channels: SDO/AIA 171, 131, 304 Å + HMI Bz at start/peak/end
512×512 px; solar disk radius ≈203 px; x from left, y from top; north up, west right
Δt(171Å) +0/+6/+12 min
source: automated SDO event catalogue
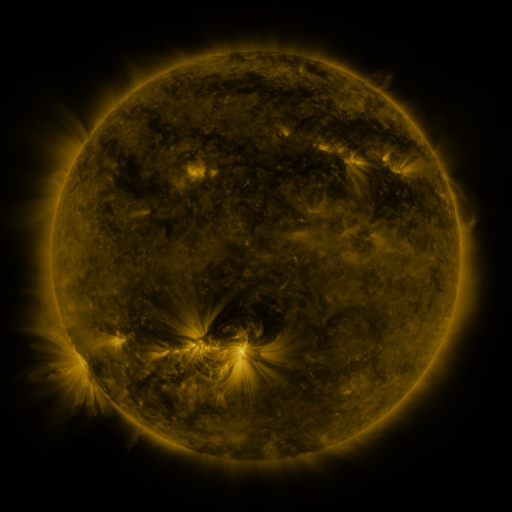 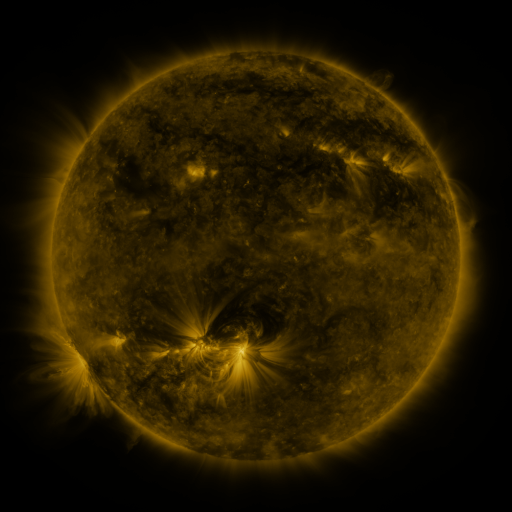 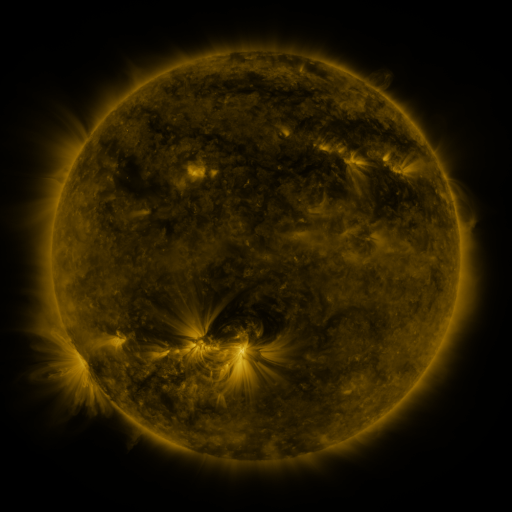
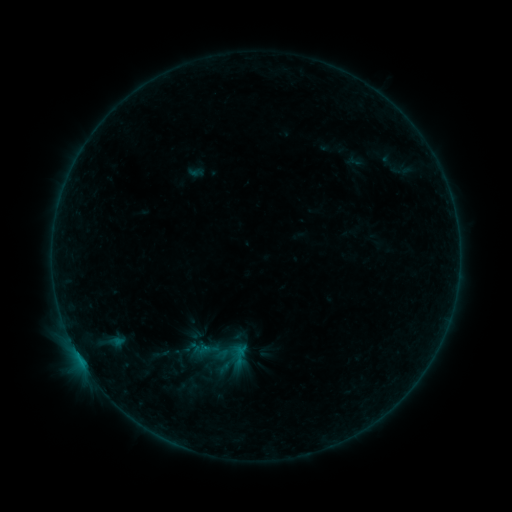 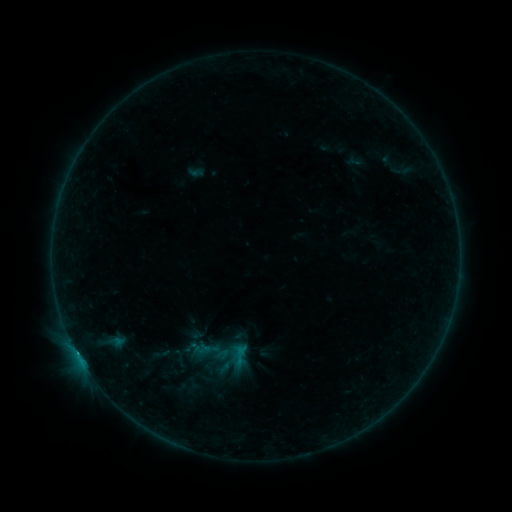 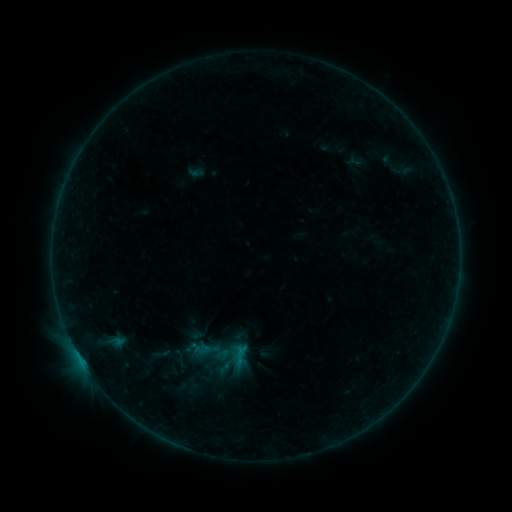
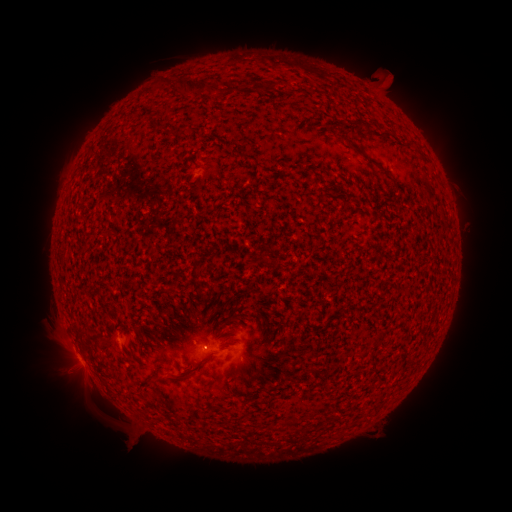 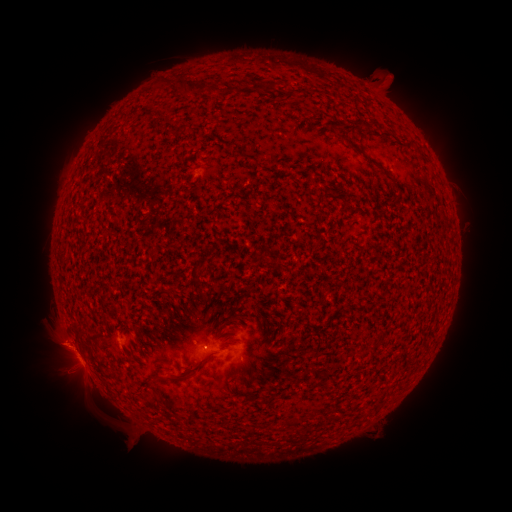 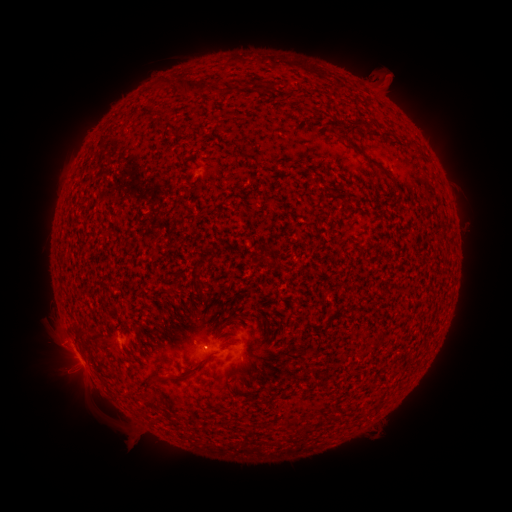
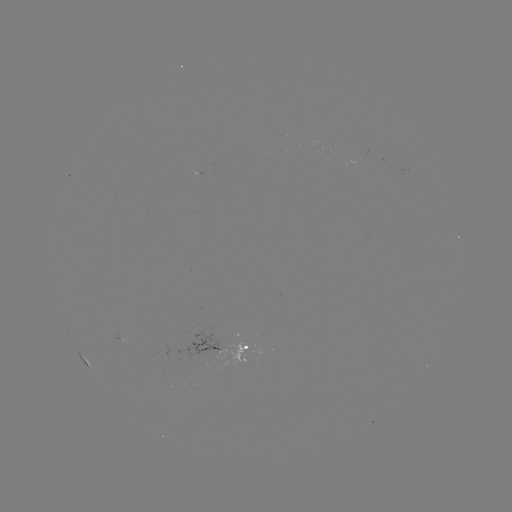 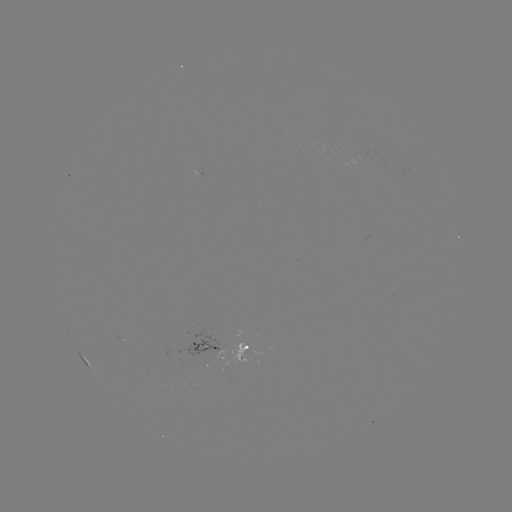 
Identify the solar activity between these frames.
eruption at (69, 392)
